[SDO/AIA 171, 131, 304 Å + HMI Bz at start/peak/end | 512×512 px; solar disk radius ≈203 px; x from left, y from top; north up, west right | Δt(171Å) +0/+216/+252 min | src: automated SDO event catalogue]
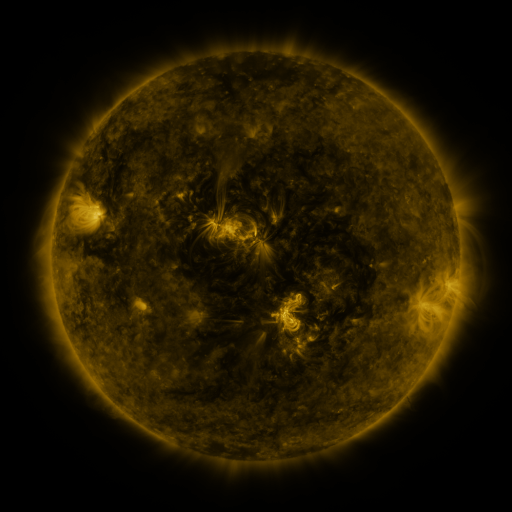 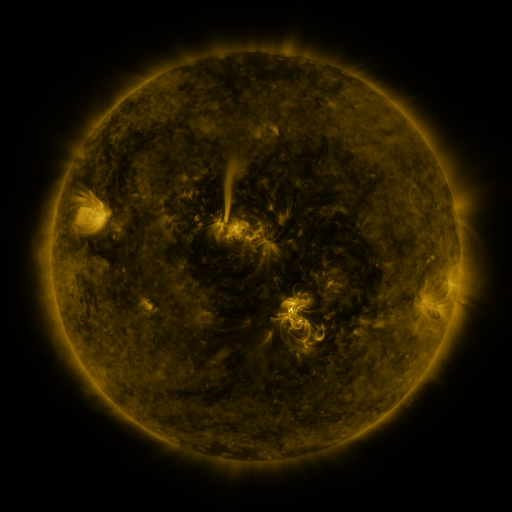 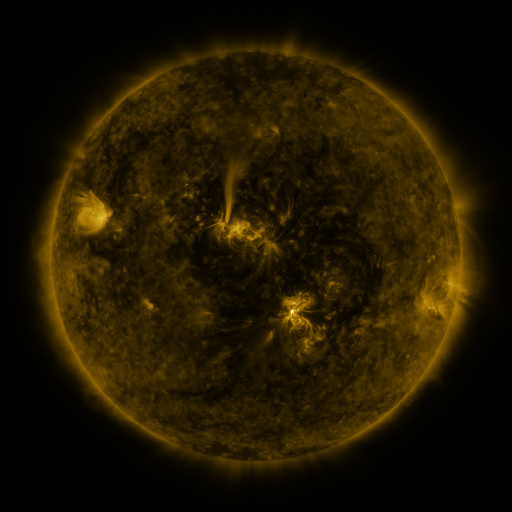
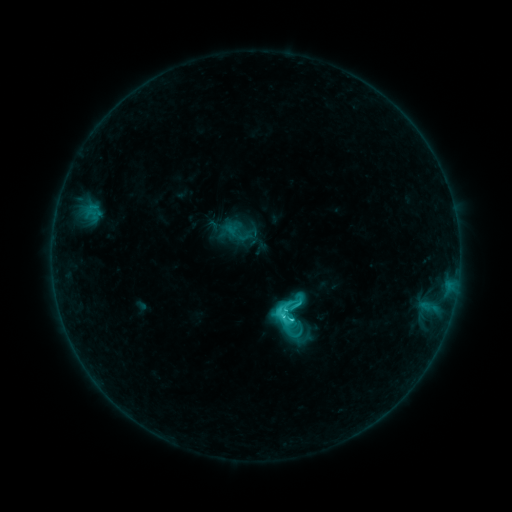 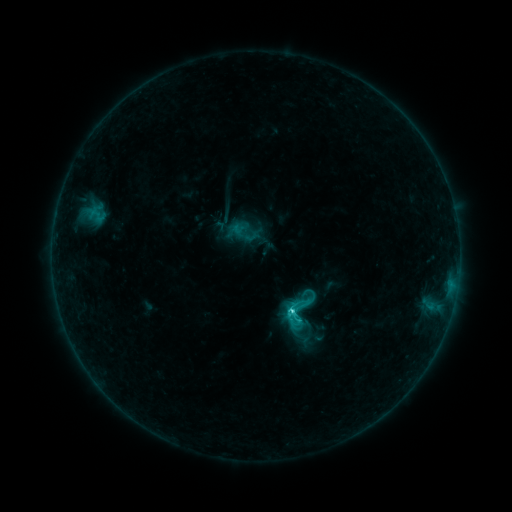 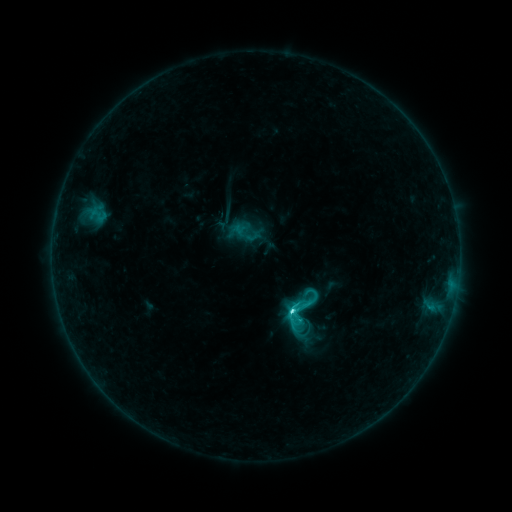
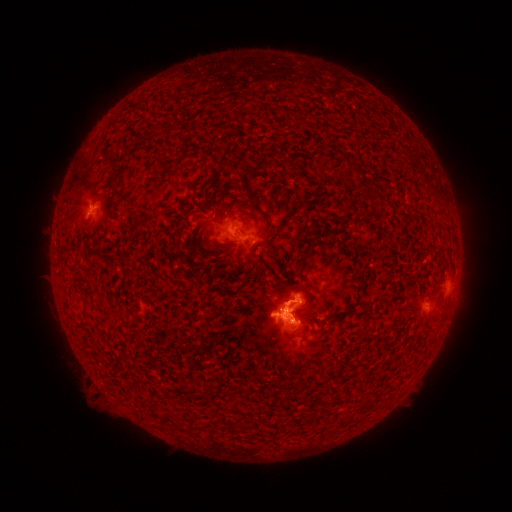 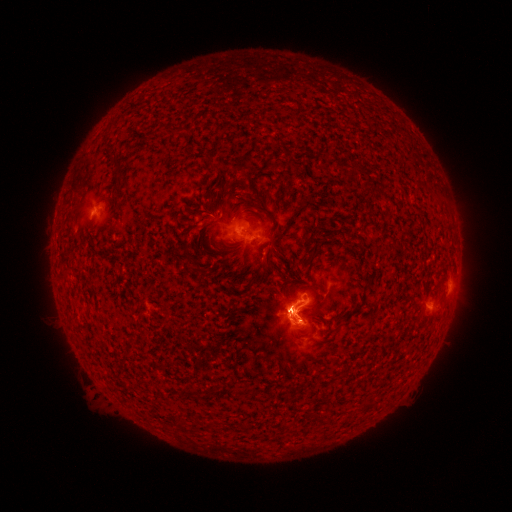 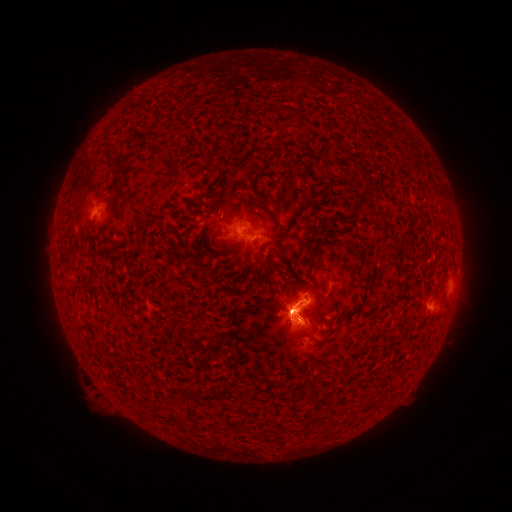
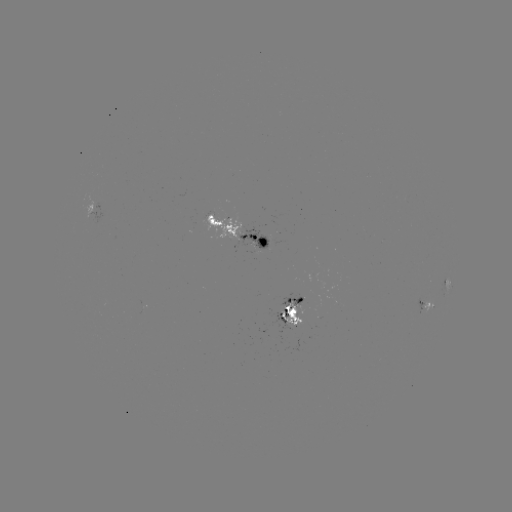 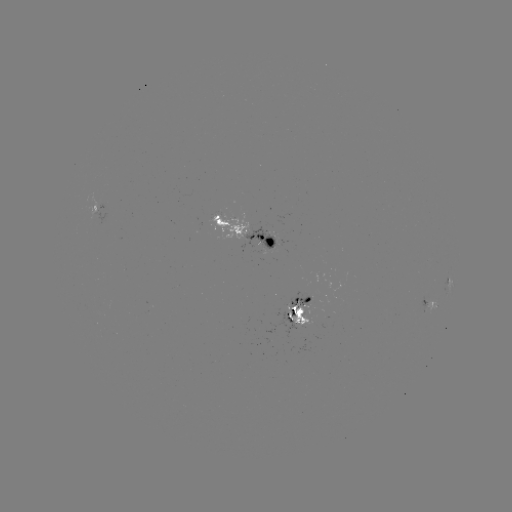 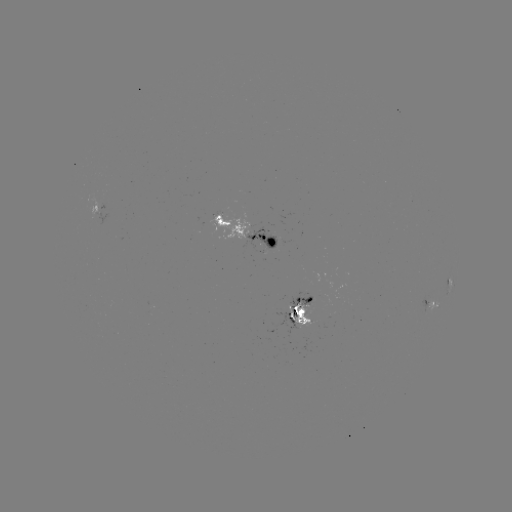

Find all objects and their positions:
emerging-flux region: (305, 306)
